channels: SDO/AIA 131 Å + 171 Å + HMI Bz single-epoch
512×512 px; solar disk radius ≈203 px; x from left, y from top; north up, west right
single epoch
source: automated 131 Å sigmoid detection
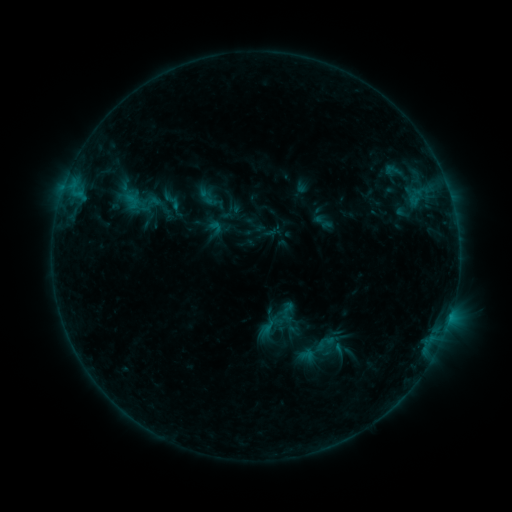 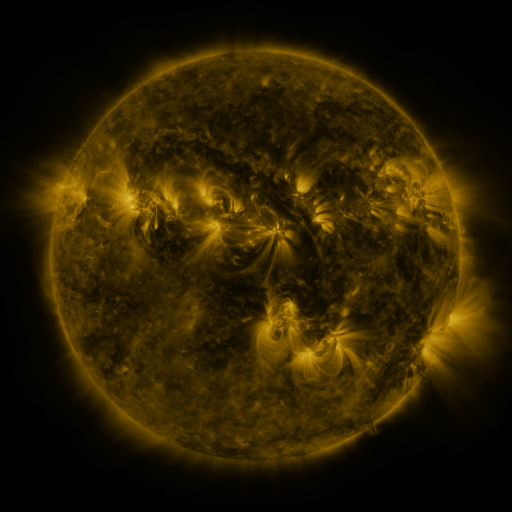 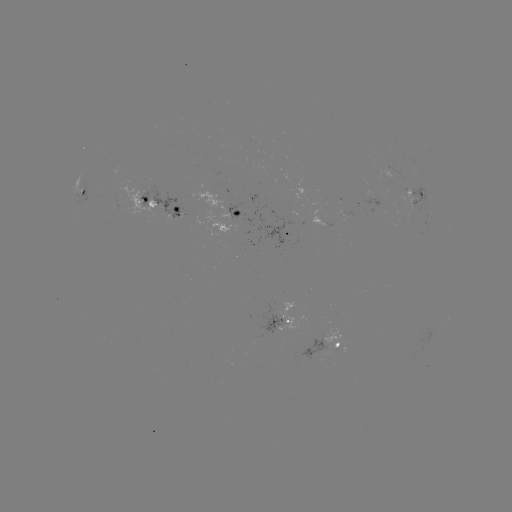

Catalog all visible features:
sigmoid: (160, 189, 183, 213)
sigmoid: (295, 328, 339, 372)
